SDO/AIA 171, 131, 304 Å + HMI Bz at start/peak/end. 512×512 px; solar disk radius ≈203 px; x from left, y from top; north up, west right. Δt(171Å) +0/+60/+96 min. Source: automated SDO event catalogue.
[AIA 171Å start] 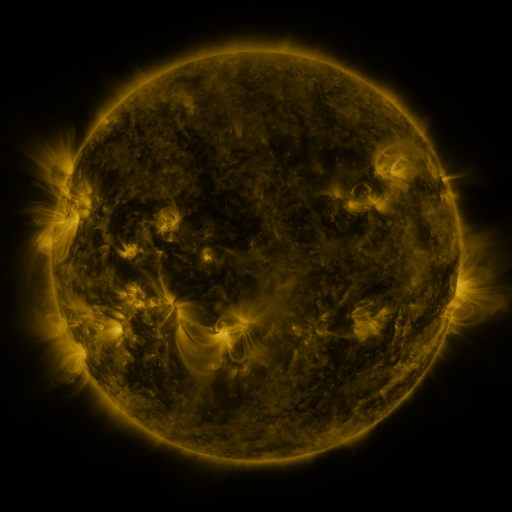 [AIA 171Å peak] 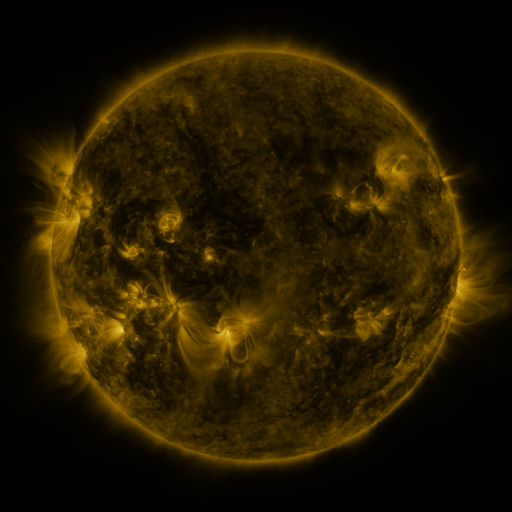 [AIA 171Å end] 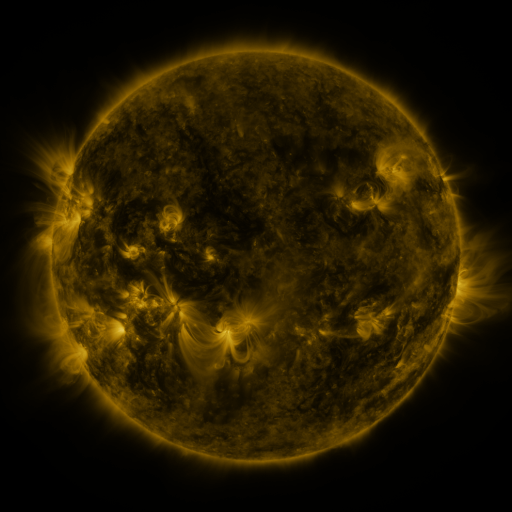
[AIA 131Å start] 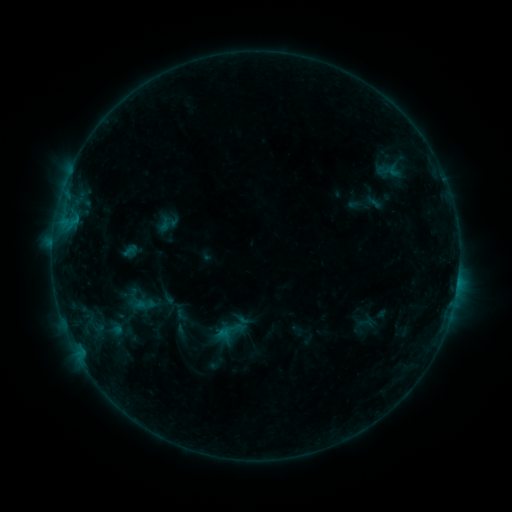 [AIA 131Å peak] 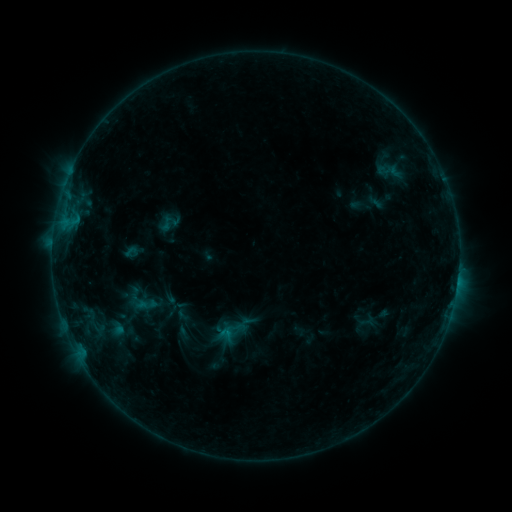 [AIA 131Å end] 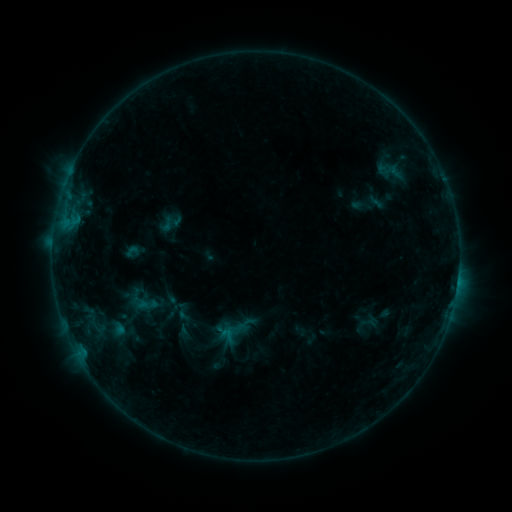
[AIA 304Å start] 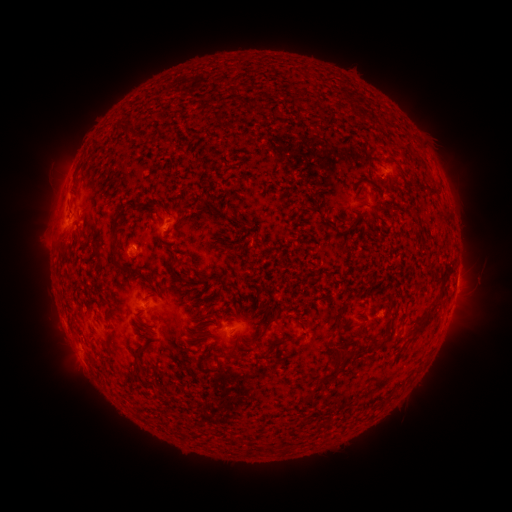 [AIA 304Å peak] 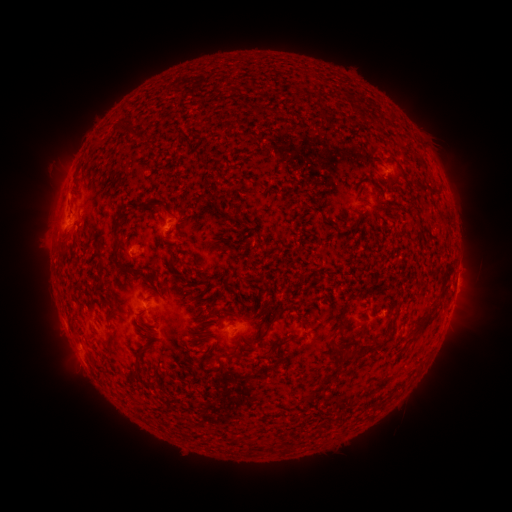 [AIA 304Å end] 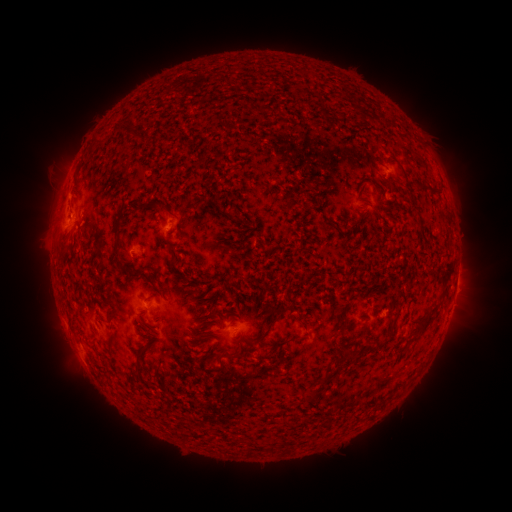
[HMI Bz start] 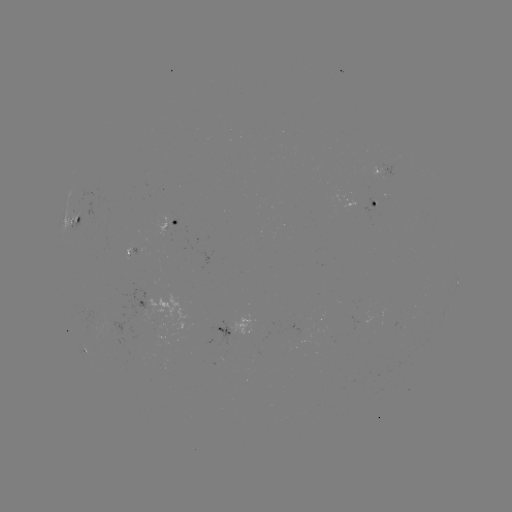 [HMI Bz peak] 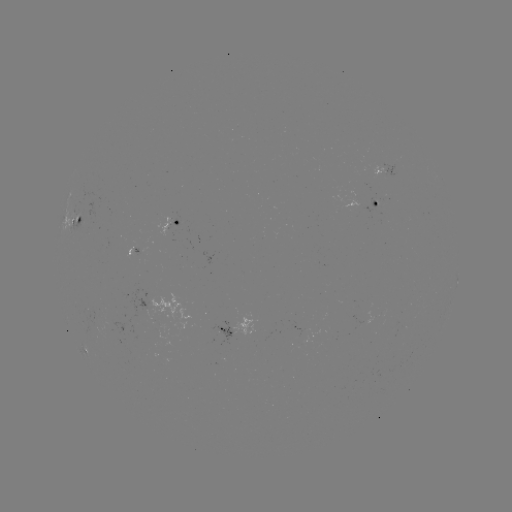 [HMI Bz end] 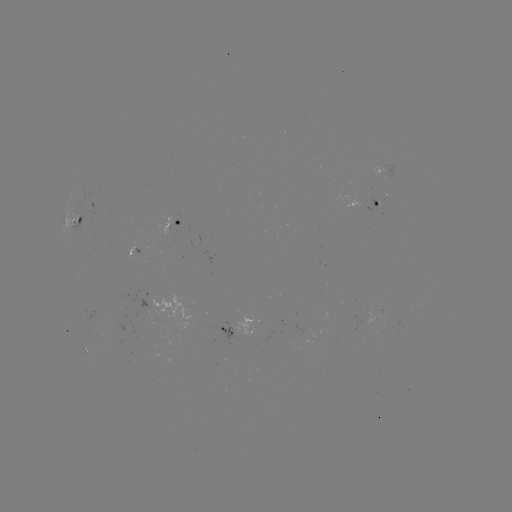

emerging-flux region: <bbox>346, 192, 377, 210</bbox>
